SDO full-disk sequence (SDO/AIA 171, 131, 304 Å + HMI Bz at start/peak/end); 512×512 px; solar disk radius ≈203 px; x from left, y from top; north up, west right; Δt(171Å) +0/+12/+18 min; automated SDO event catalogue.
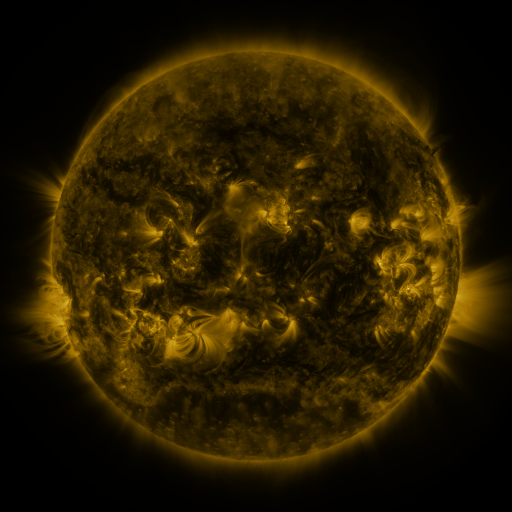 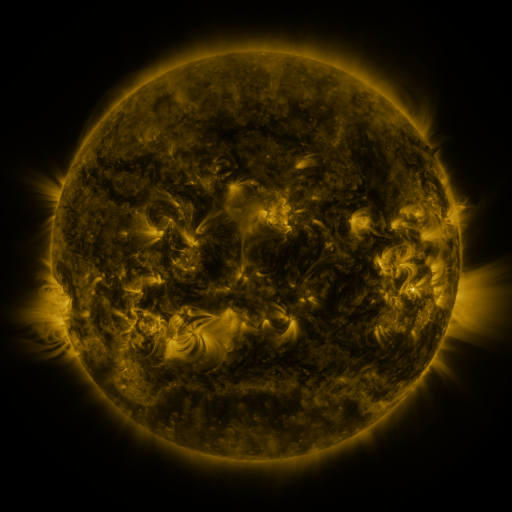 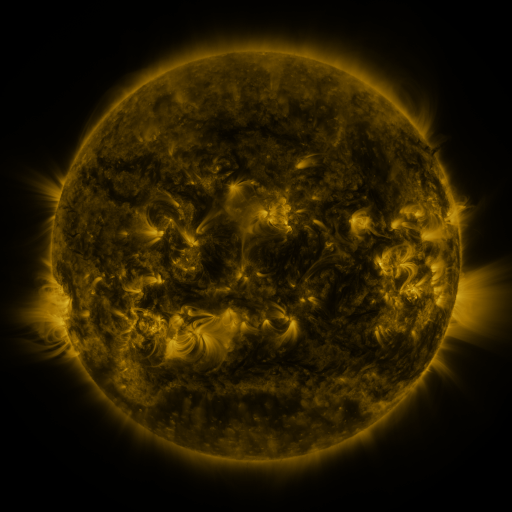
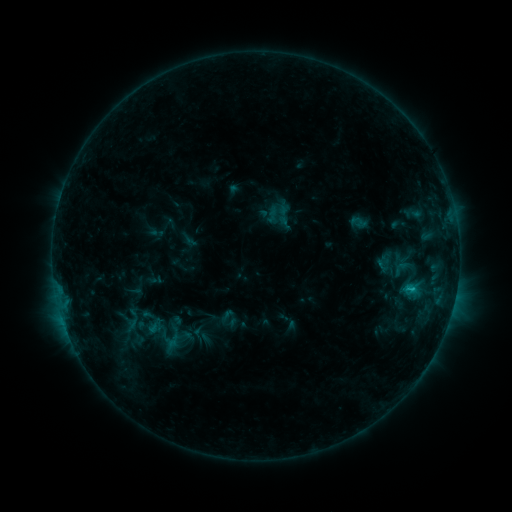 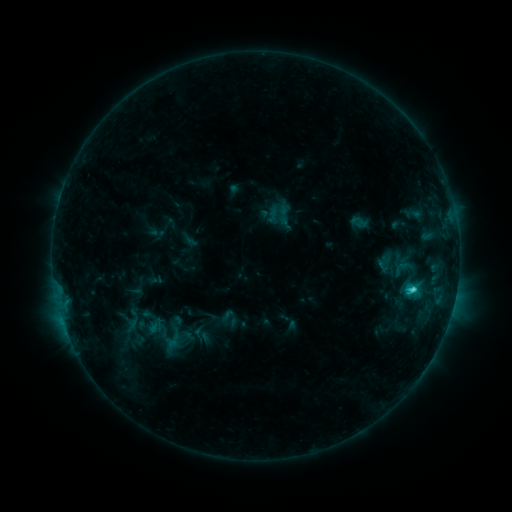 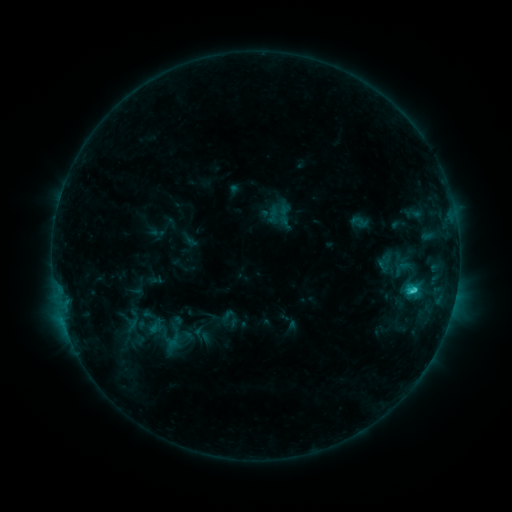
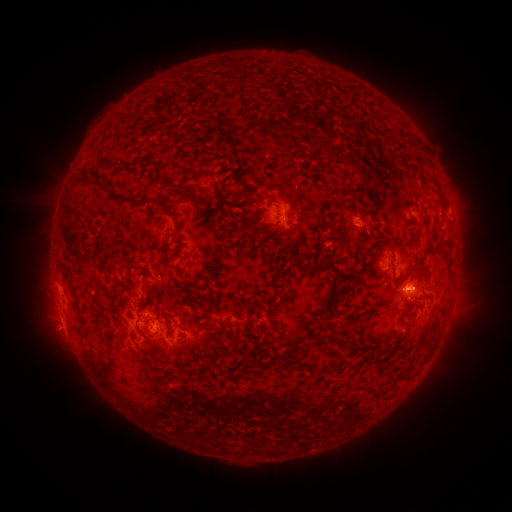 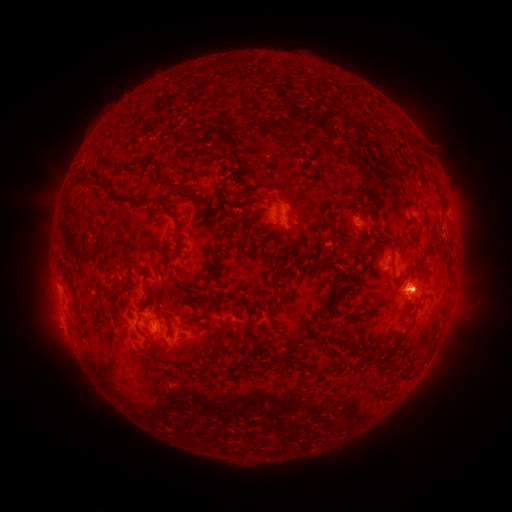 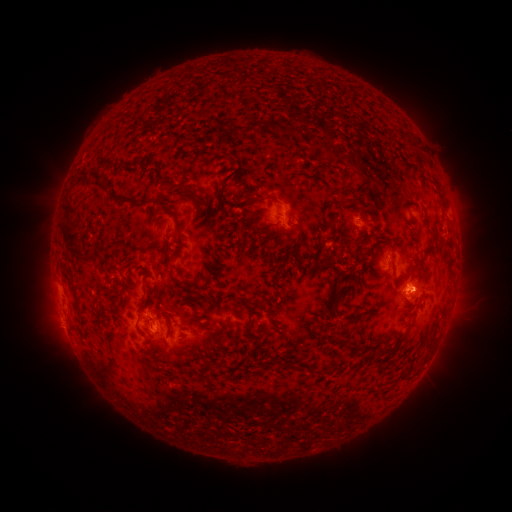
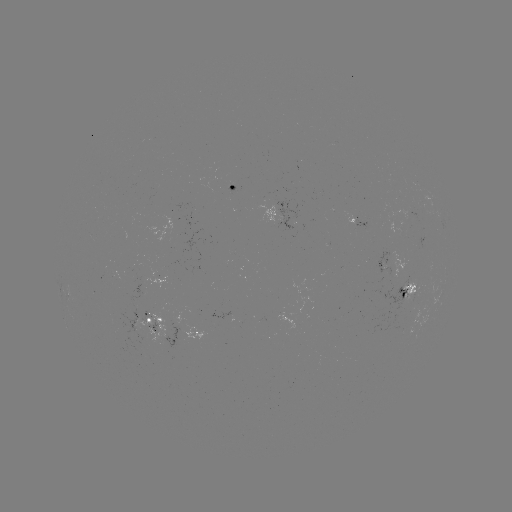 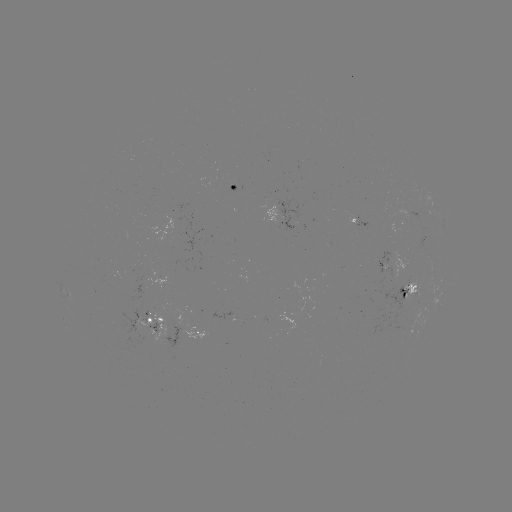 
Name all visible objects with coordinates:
C1.9 flare: (411, 286)
